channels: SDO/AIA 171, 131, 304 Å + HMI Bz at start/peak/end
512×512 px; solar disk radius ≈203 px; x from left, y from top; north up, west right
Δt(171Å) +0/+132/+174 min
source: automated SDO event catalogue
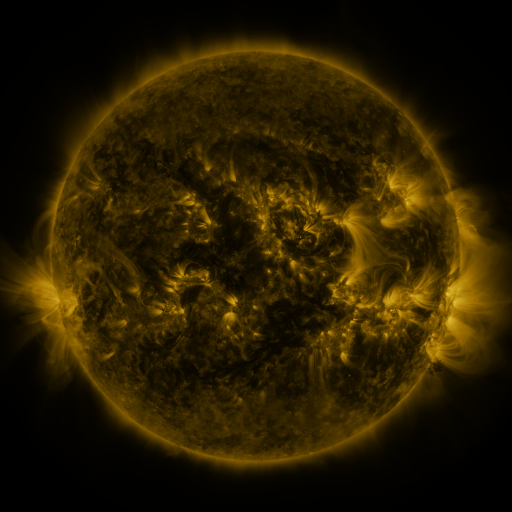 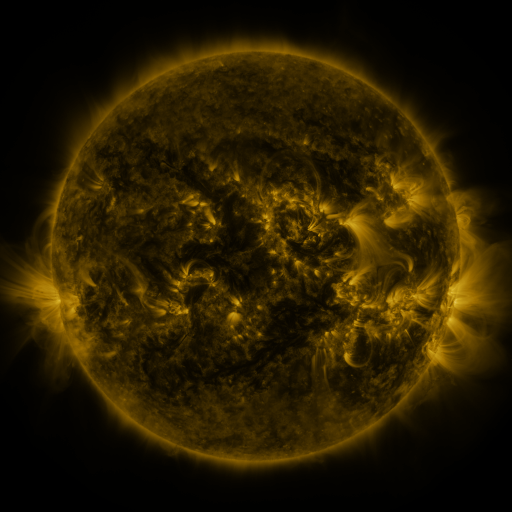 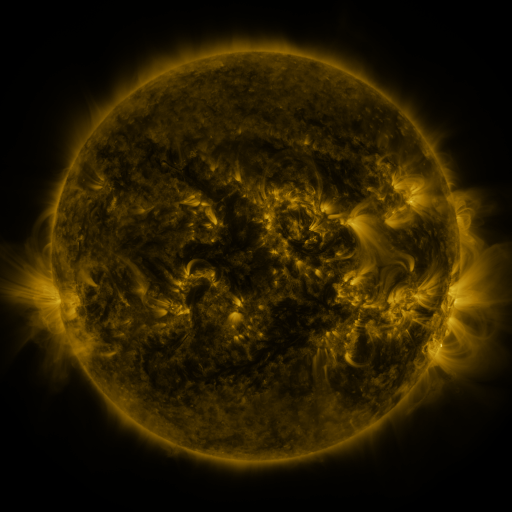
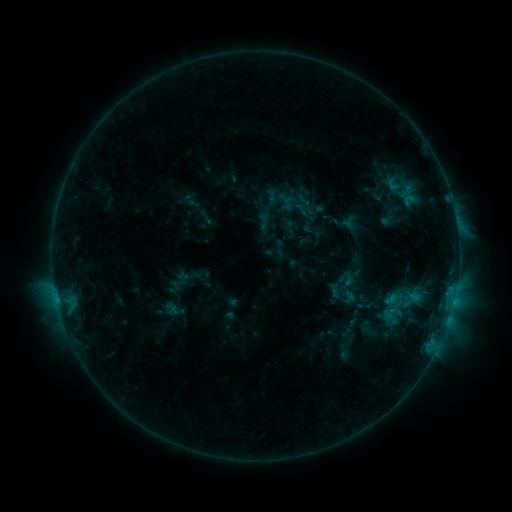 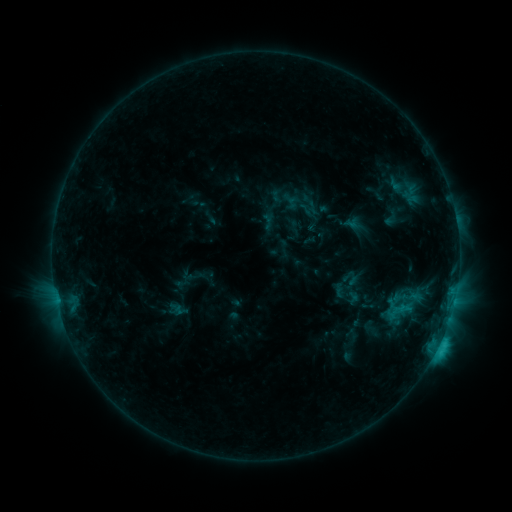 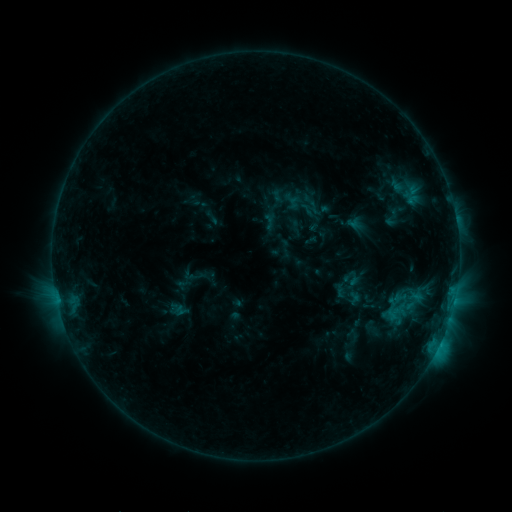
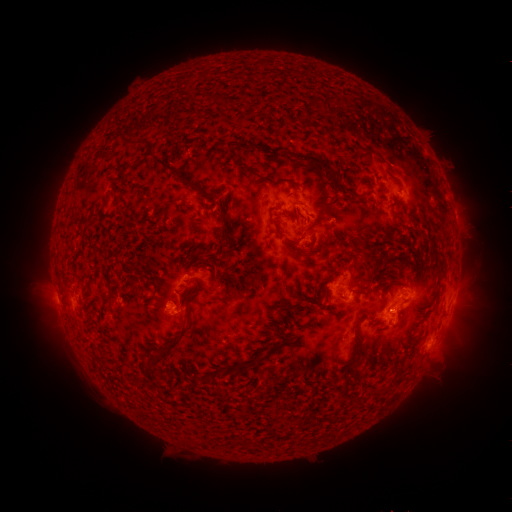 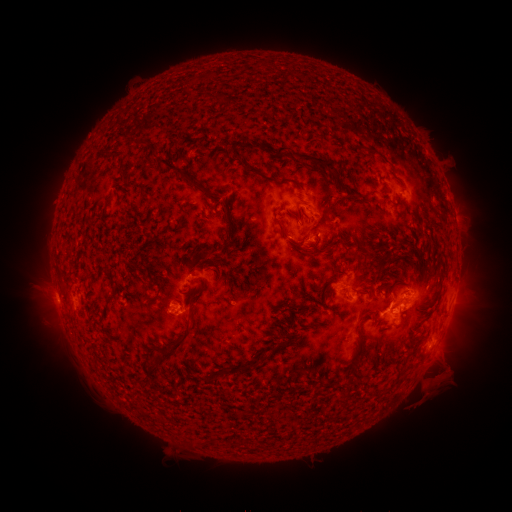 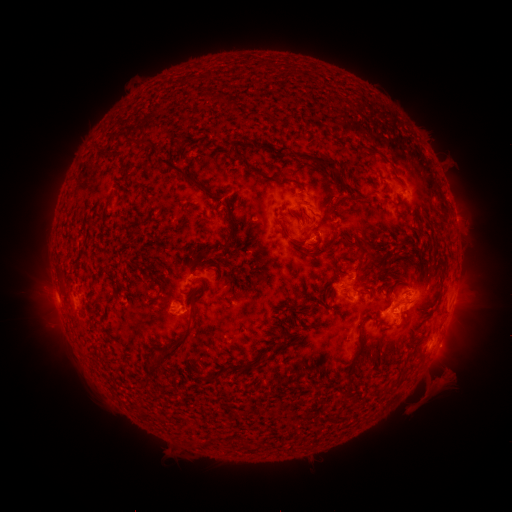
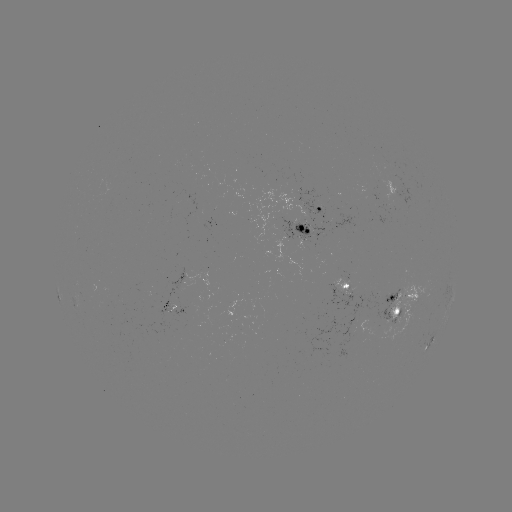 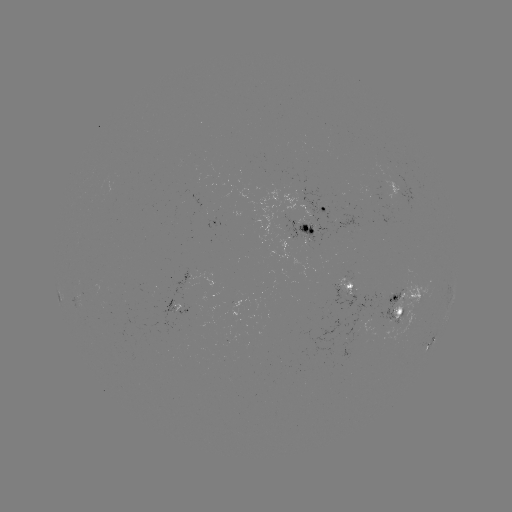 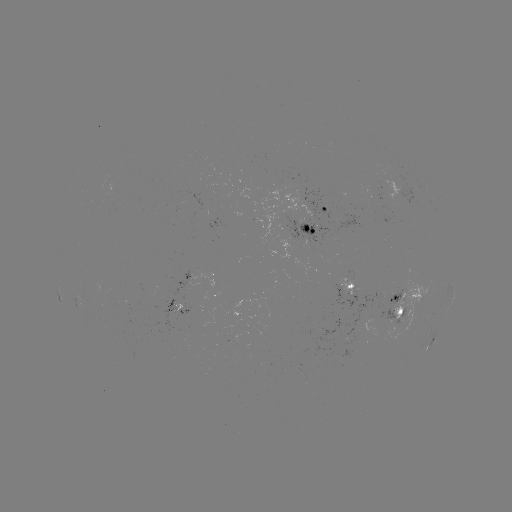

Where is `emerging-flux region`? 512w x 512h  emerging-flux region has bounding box [172, 296, 184, 312].